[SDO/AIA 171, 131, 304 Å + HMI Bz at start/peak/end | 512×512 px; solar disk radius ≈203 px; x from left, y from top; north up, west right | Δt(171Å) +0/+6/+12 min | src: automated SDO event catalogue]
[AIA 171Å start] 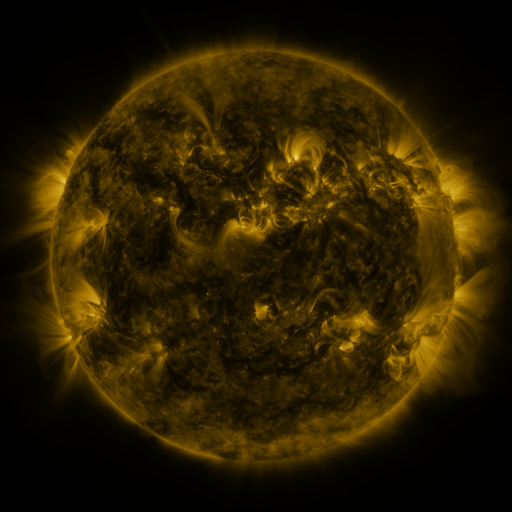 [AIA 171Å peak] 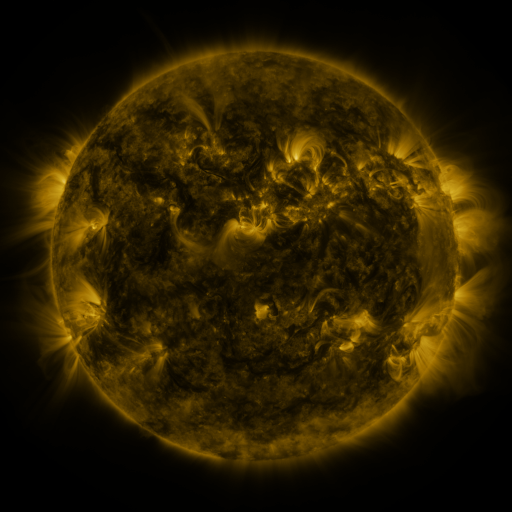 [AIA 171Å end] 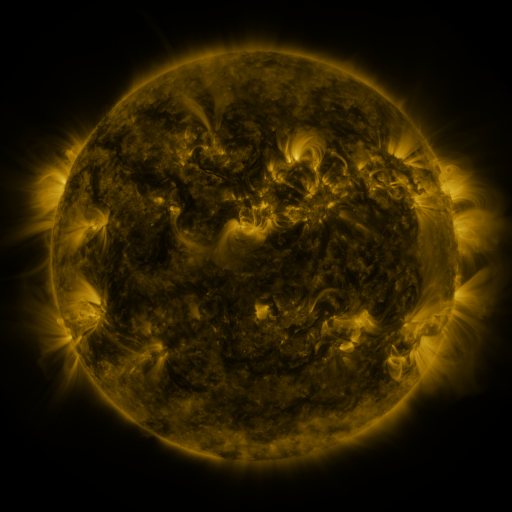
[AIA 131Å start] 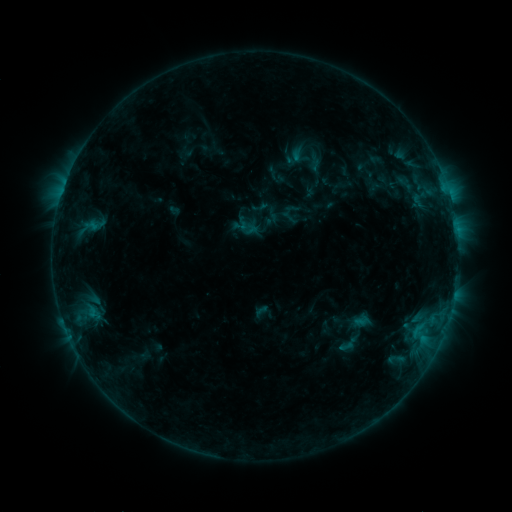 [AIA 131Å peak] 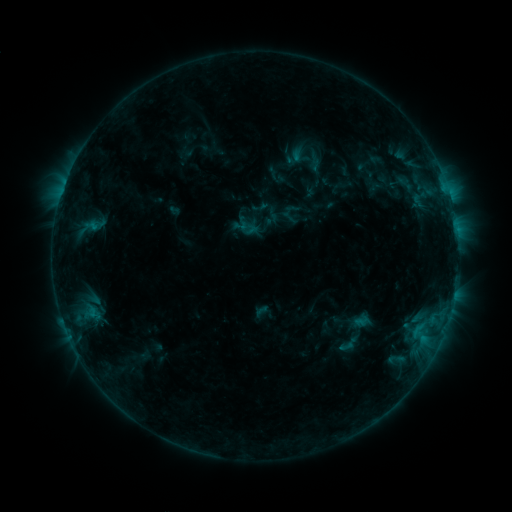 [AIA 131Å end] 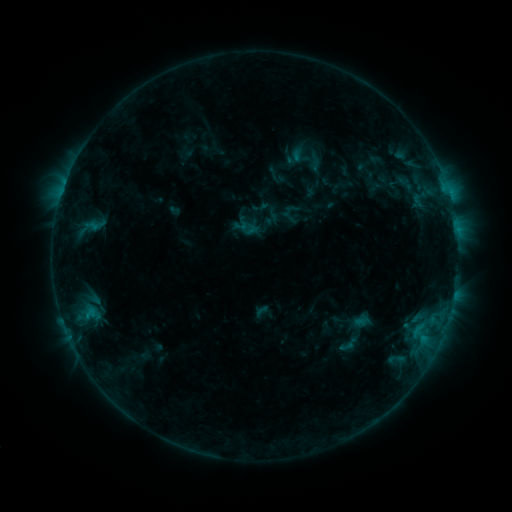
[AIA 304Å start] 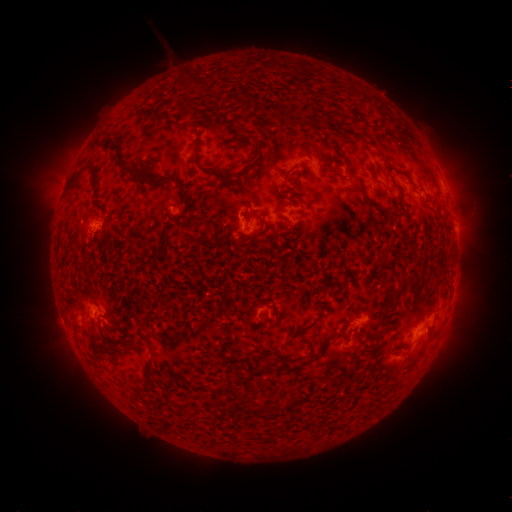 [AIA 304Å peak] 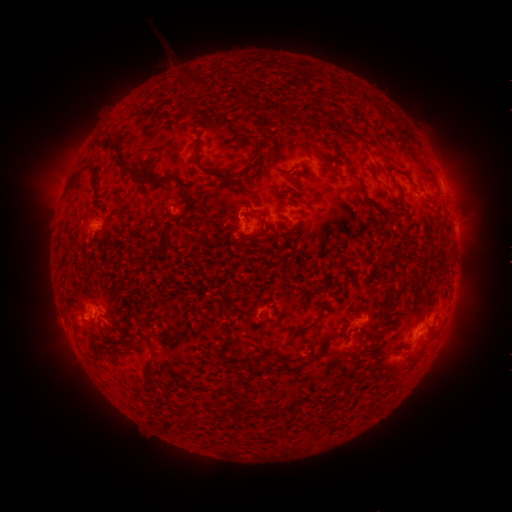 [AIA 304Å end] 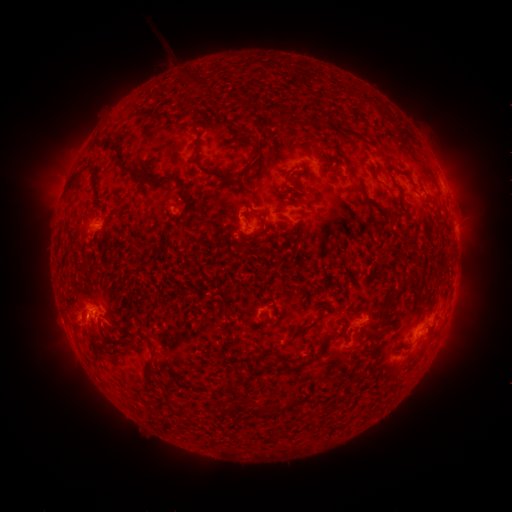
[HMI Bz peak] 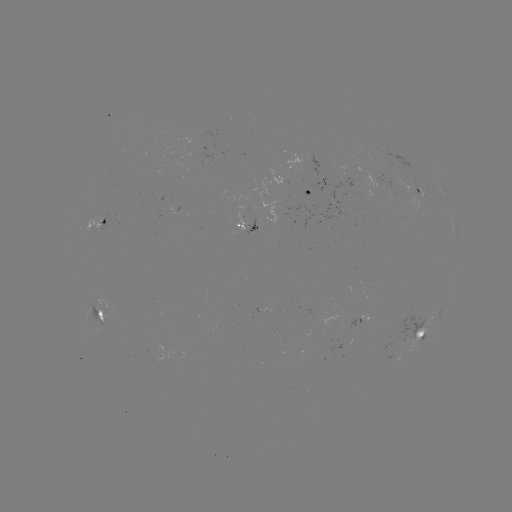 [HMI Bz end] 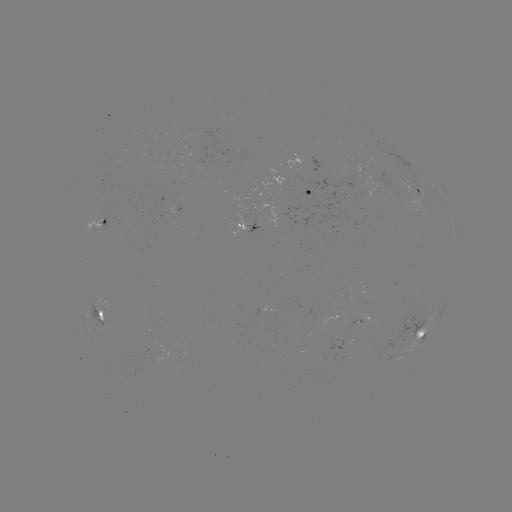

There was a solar eruption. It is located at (84, 318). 